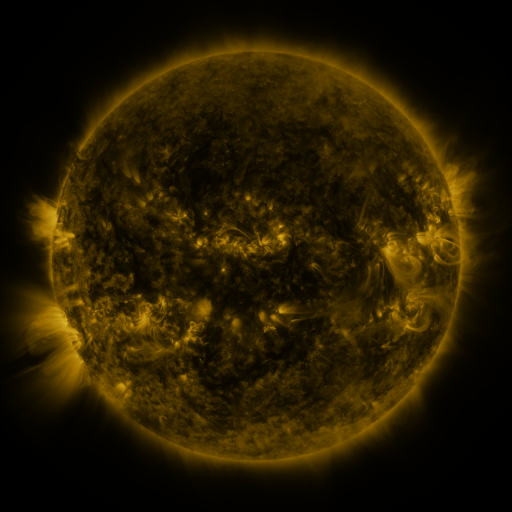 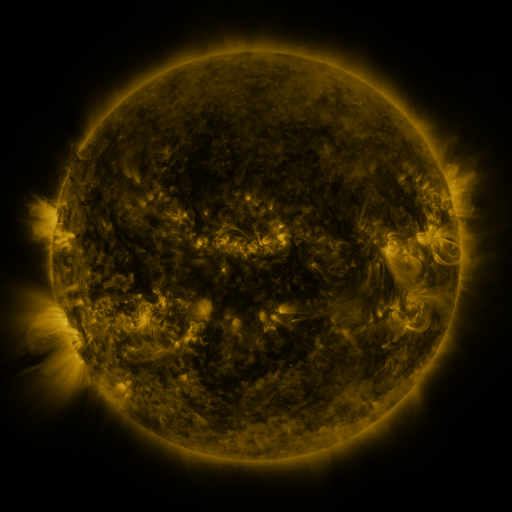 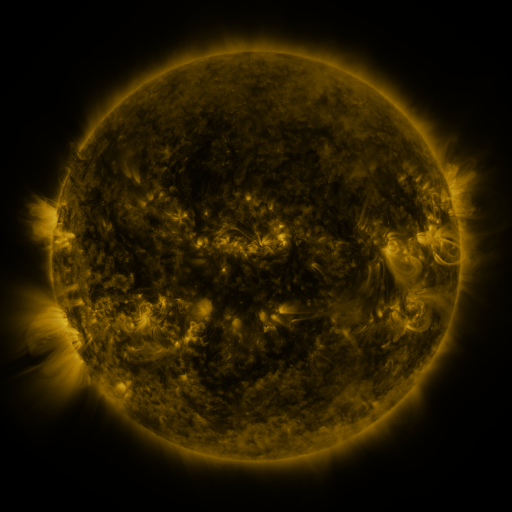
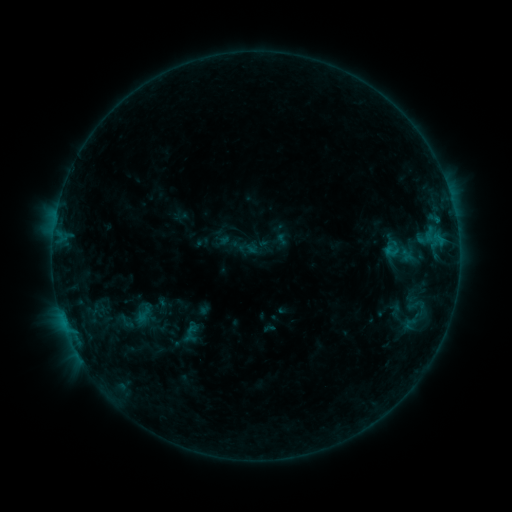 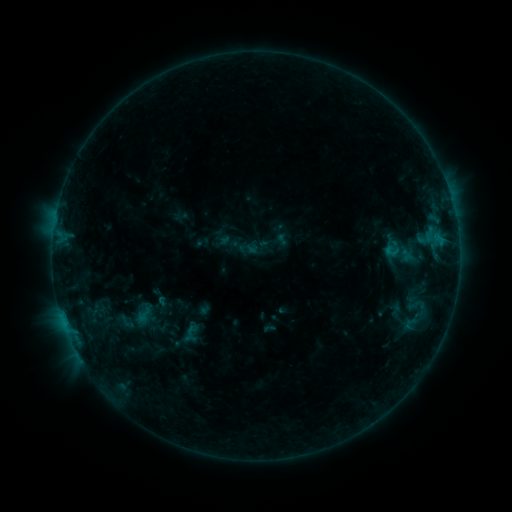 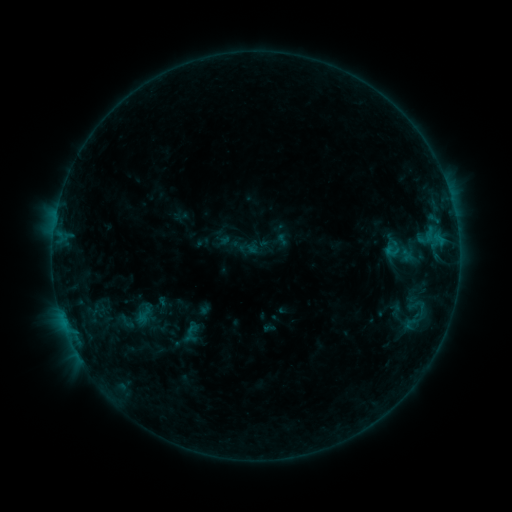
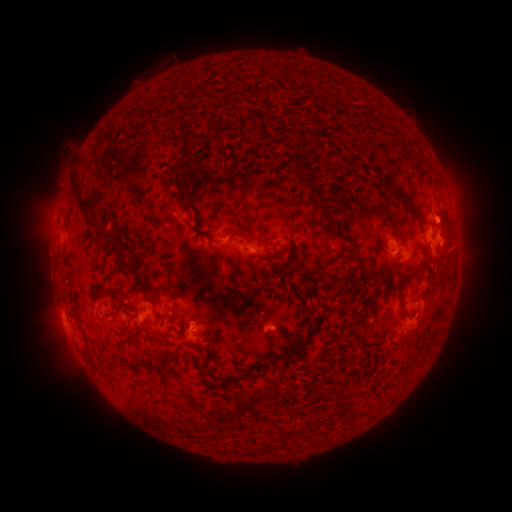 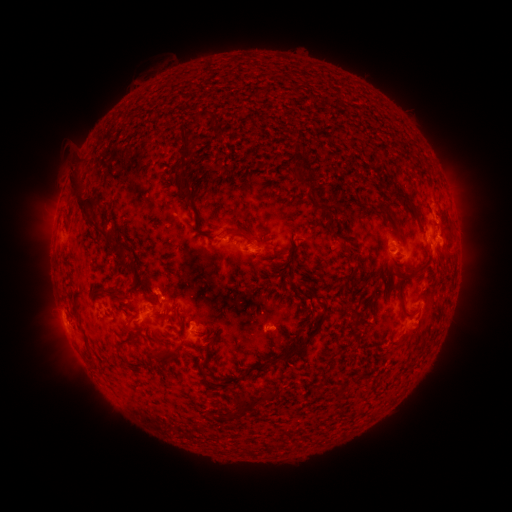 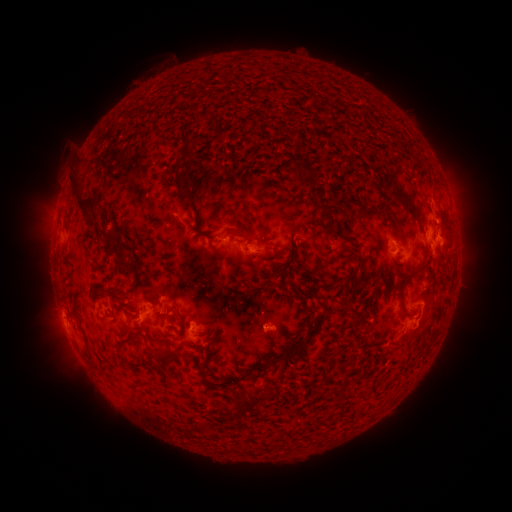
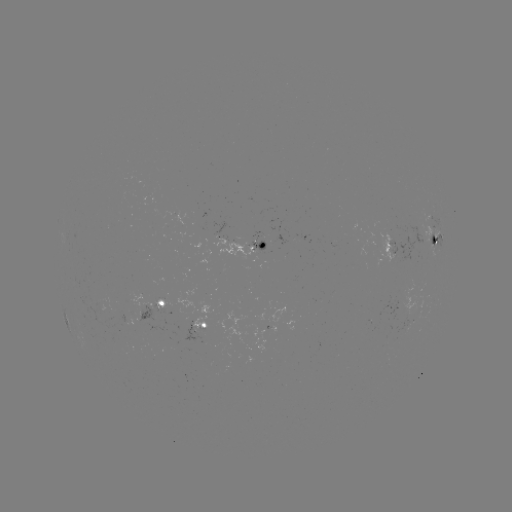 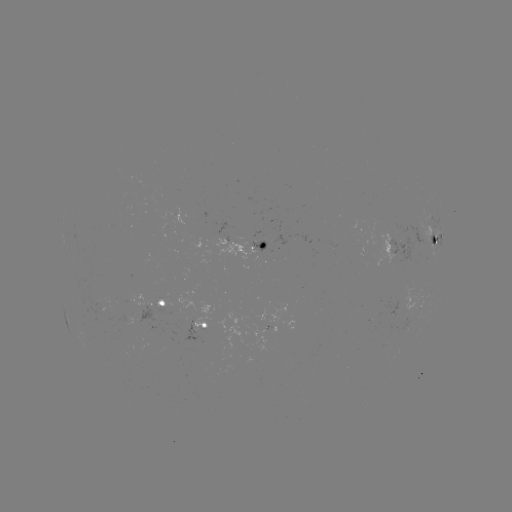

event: eruption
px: (158, 284)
